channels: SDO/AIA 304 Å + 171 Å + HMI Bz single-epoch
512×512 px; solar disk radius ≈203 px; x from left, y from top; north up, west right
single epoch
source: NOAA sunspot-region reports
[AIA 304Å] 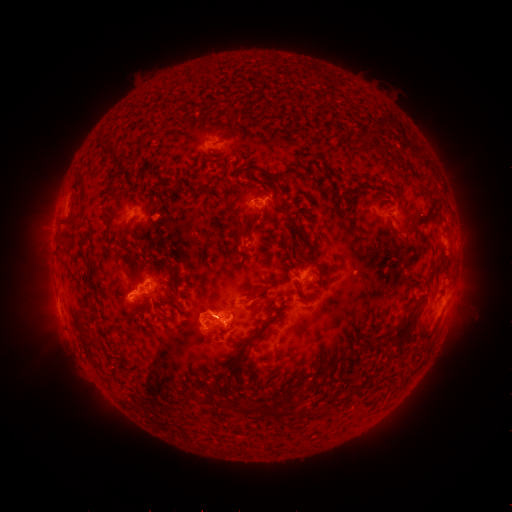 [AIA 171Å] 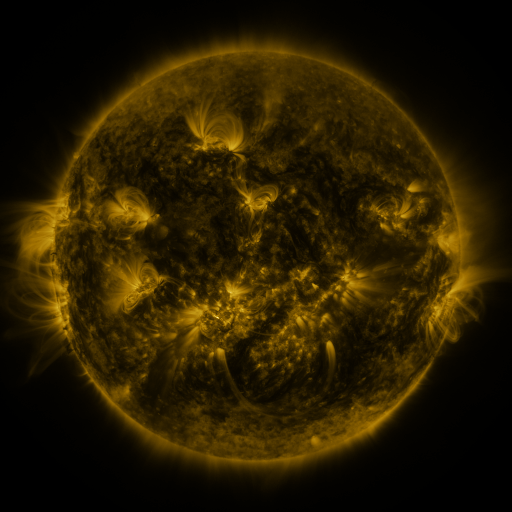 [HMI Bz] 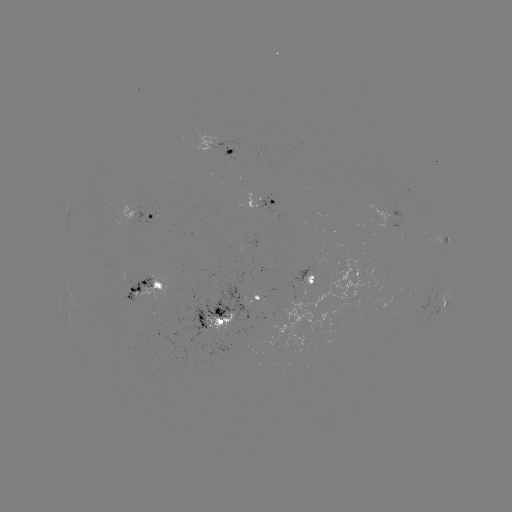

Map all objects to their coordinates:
spotted active region: (231, 153)
spotted active region: (262, 206)
spotted active region: (146, 217)
spotted active region: (447, 236)
spotted active region: (315, 277)
spotted active region: (155, 287)
spotted active region: (262, 297)
spotted active region: (445, 304)
spotted active region: (219, 318)
